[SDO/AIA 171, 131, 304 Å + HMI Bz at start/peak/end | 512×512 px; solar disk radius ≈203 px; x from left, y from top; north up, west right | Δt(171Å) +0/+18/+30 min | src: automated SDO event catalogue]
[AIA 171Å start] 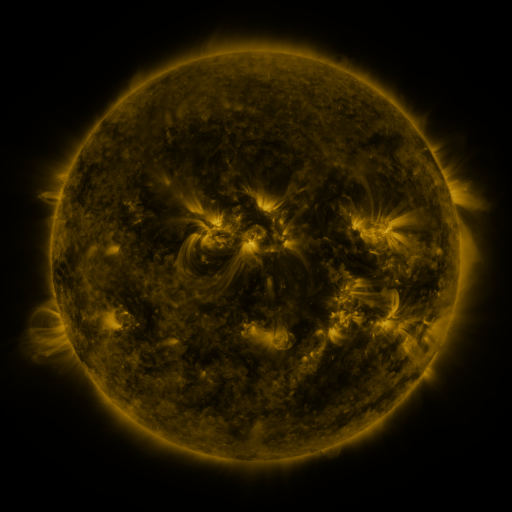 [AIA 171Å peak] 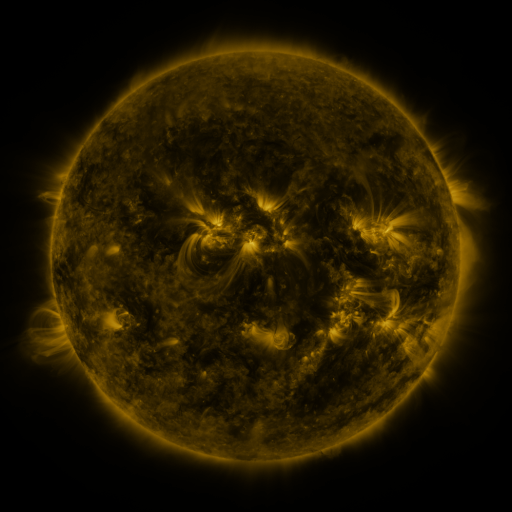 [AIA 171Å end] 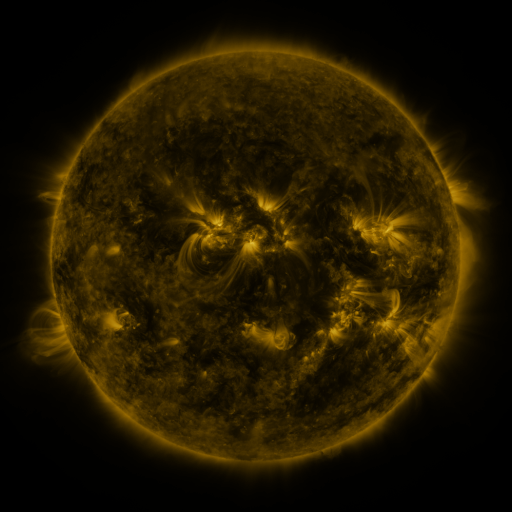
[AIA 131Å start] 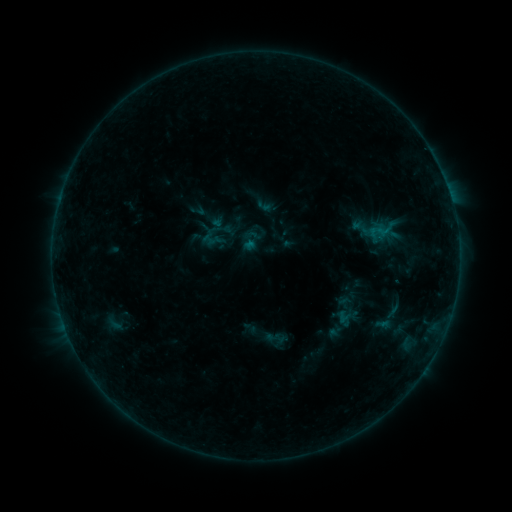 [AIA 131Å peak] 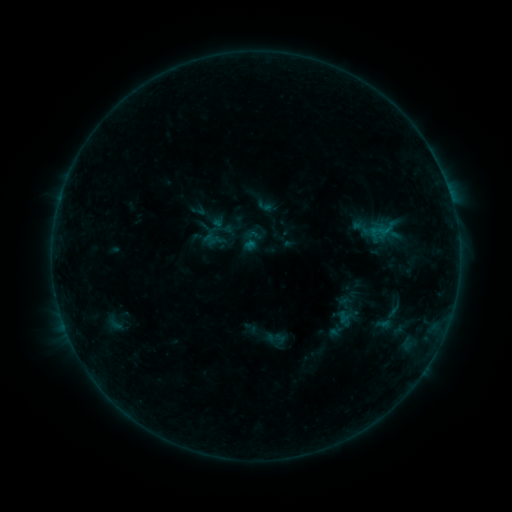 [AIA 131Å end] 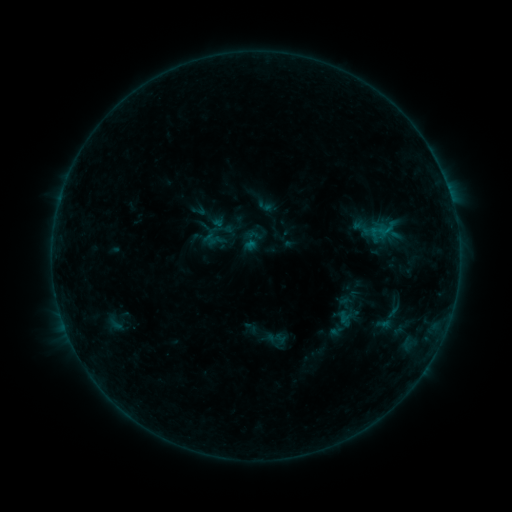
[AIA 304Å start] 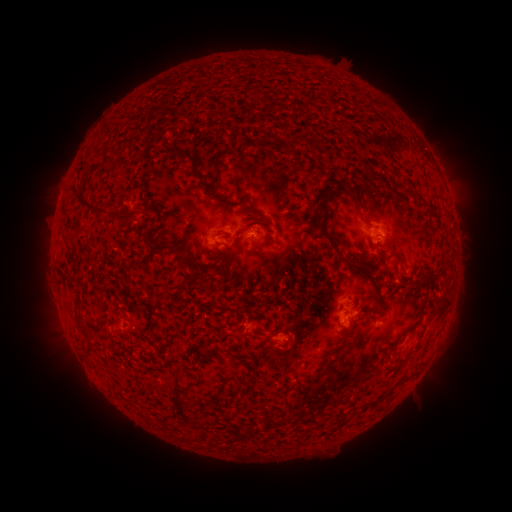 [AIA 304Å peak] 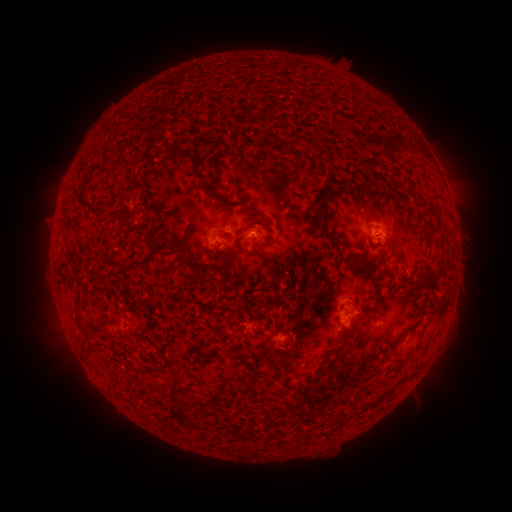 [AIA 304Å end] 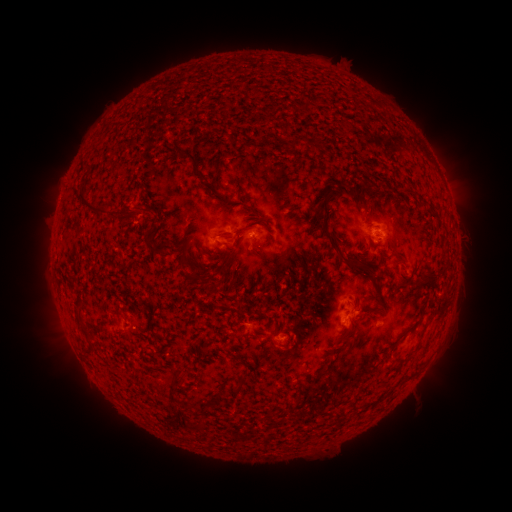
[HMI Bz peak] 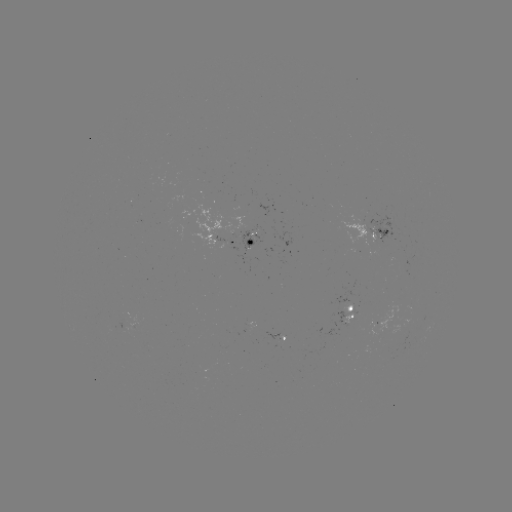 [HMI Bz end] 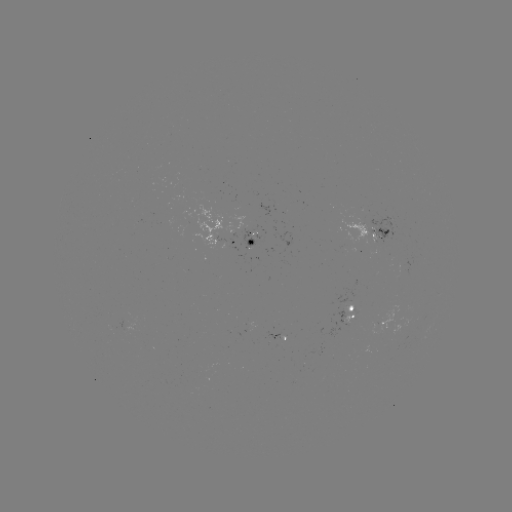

no classed flare was catalogued and no EUV brightening was flagged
